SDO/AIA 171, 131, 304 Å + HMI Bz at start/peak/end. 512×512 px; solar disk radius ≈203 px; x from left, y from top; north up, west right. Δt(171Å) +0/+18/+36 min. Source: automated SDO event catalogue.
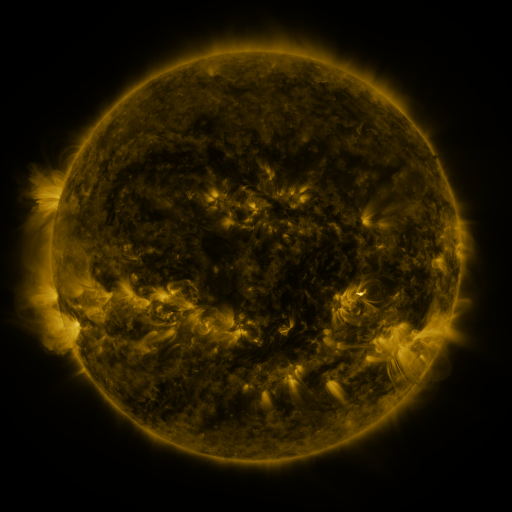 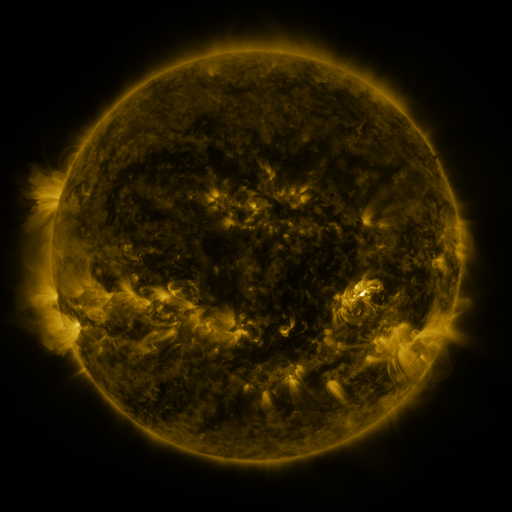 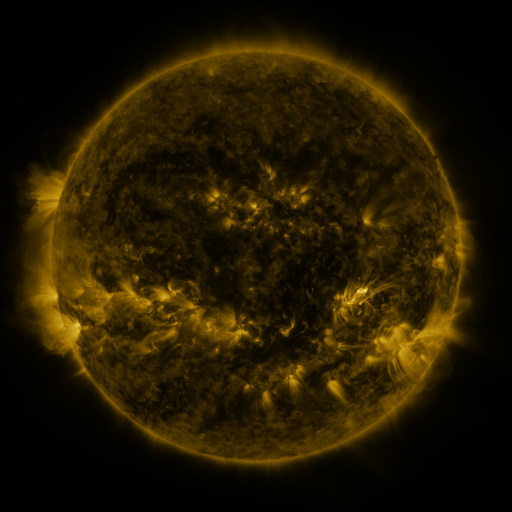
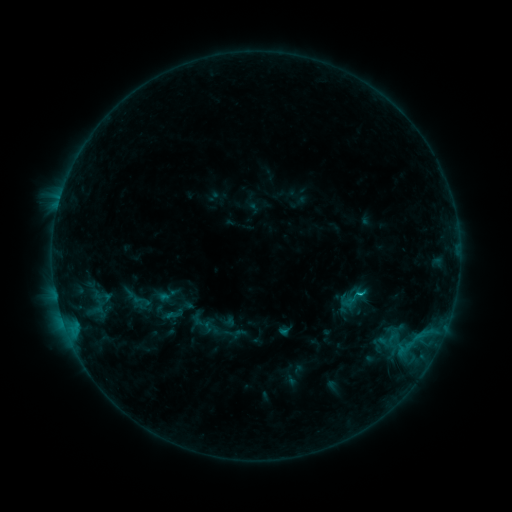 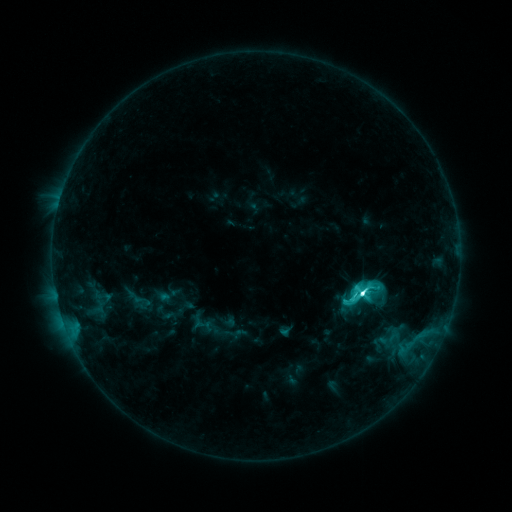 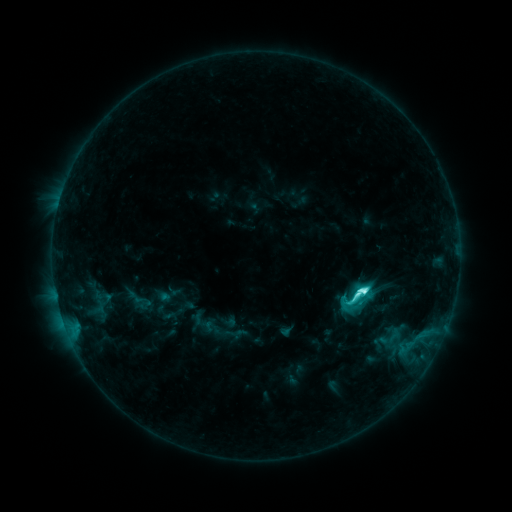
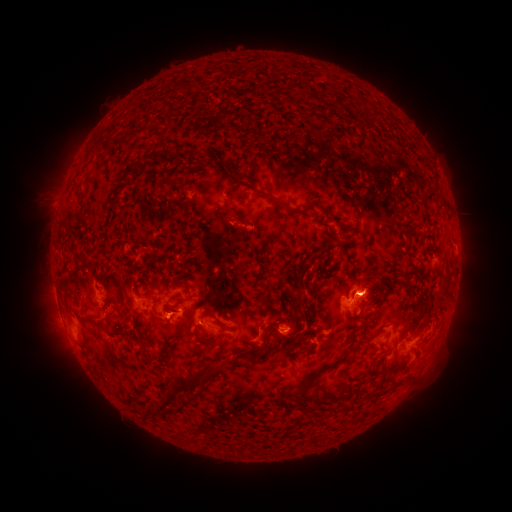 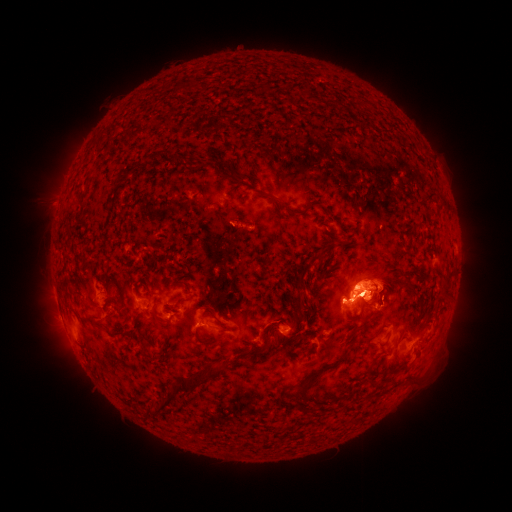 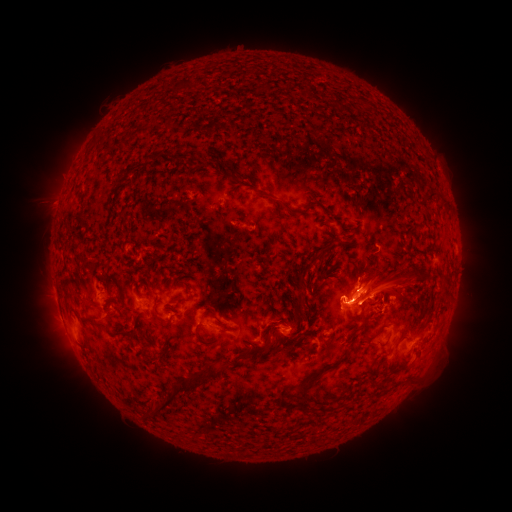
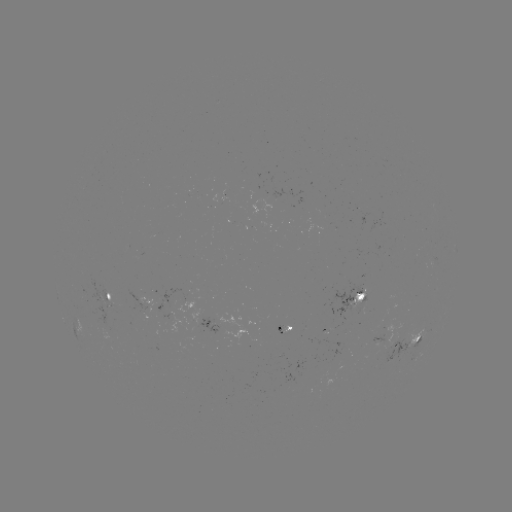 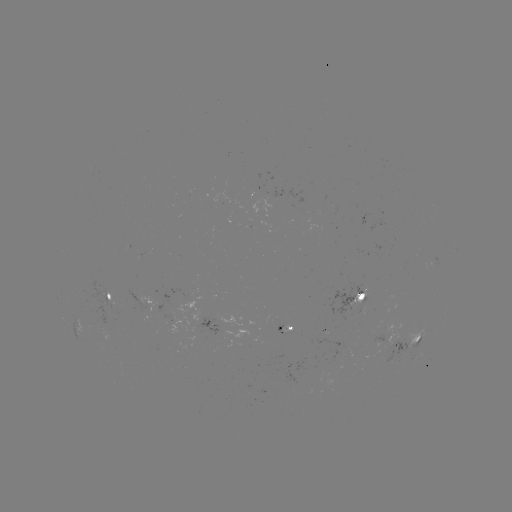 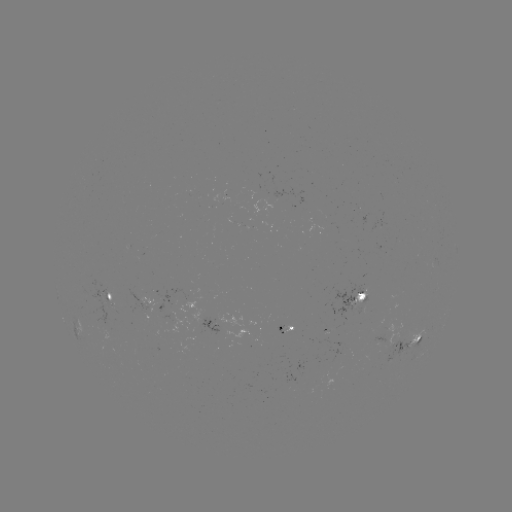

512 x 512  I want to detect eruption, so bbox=[294, 219, 465, 399].